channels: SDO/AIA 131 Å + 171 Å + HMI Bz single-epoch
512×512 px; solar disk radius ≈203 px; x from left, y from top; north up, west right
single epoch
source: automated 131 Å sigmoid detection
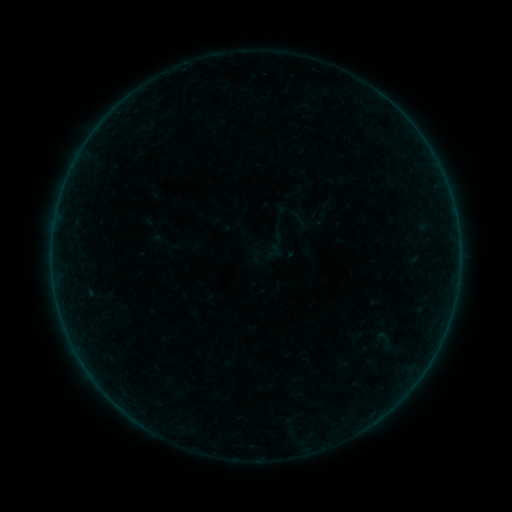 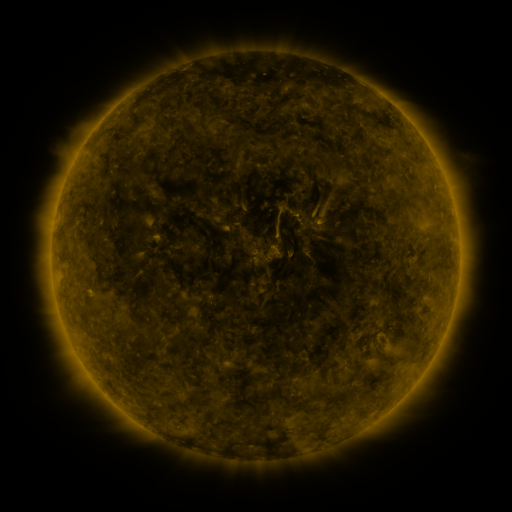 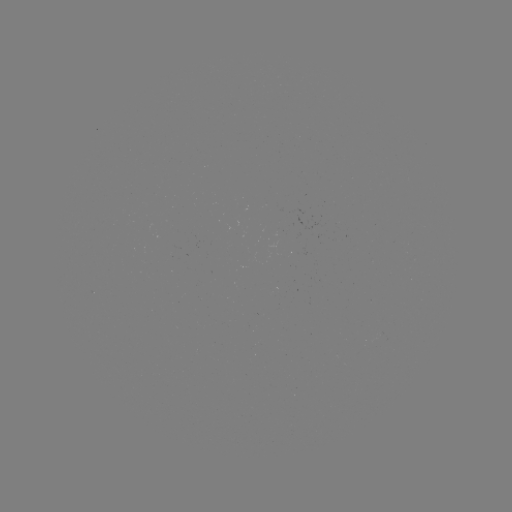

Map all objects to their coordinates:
sigmoid: [372, 328, 395, 352]
